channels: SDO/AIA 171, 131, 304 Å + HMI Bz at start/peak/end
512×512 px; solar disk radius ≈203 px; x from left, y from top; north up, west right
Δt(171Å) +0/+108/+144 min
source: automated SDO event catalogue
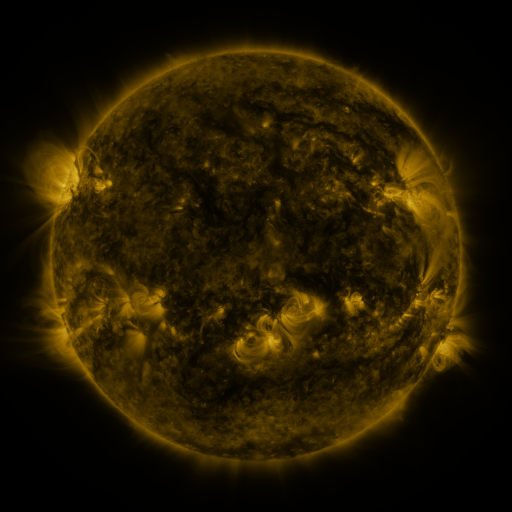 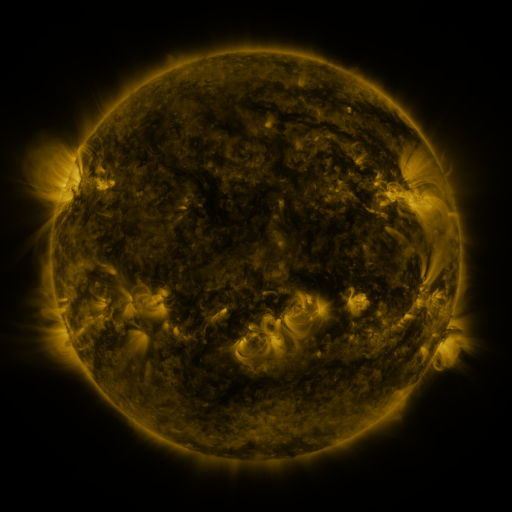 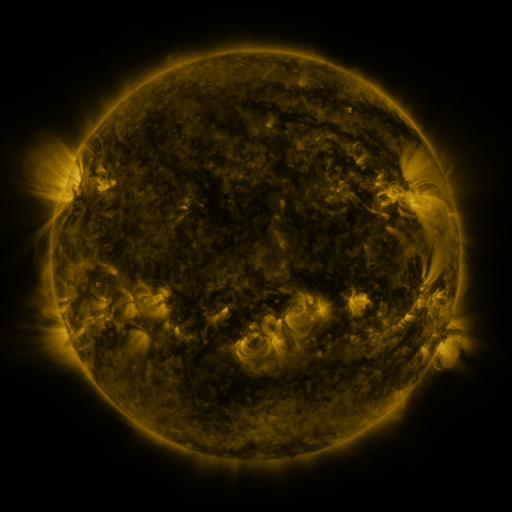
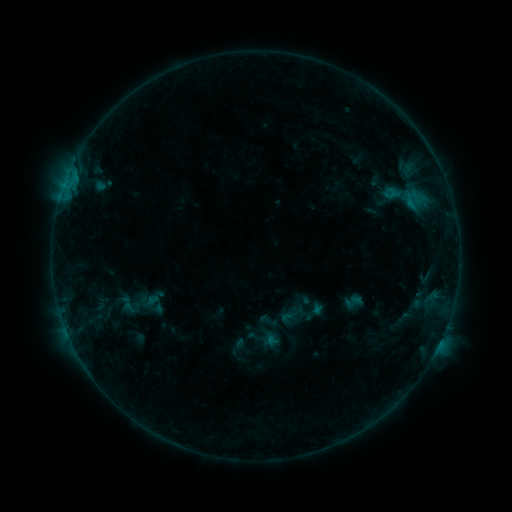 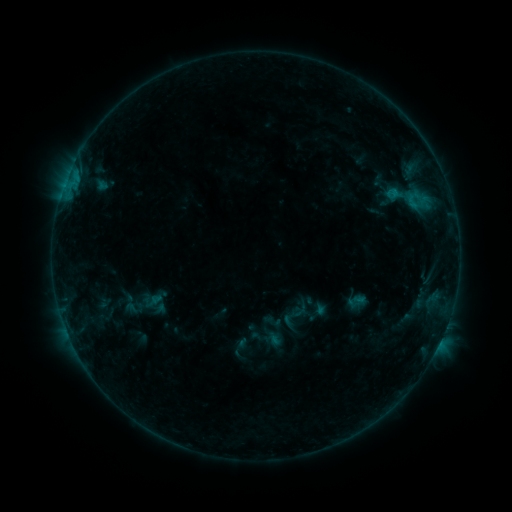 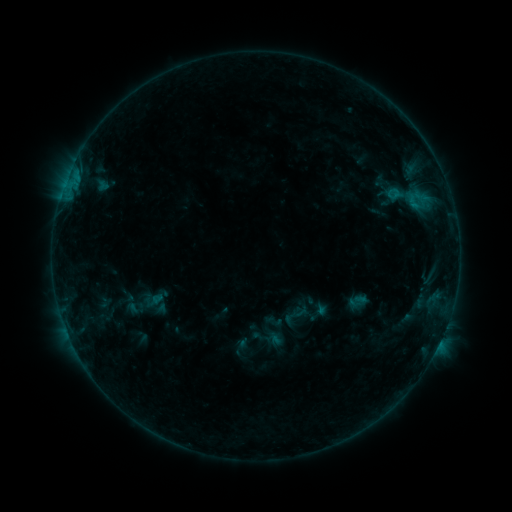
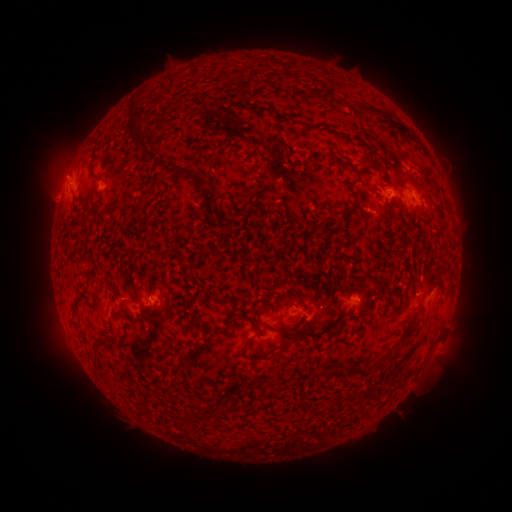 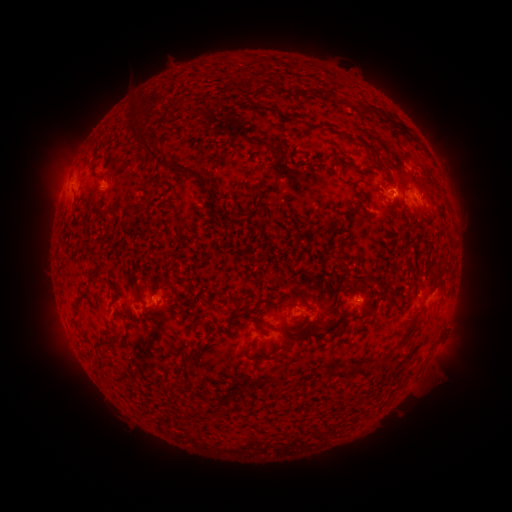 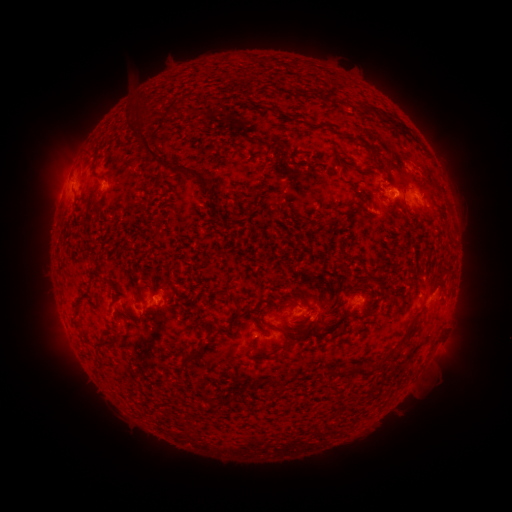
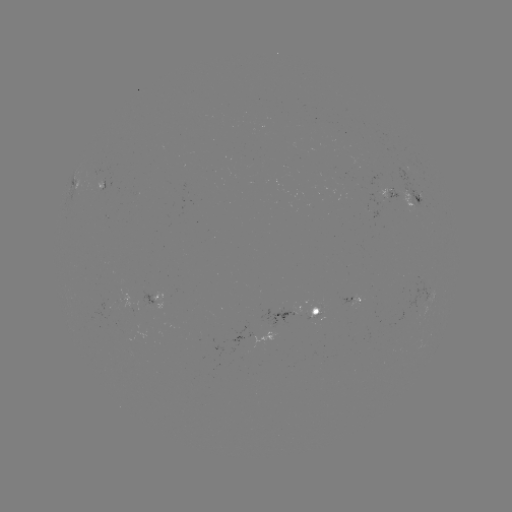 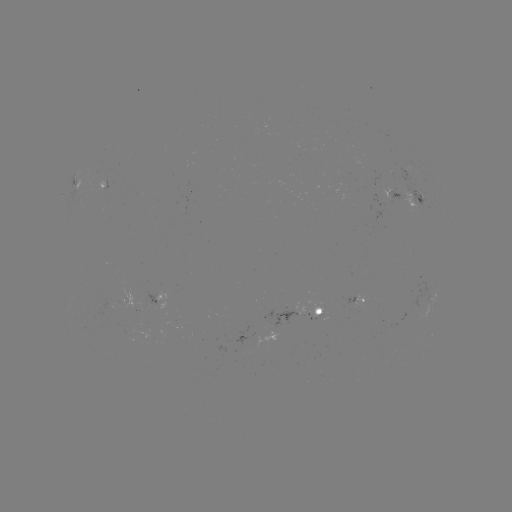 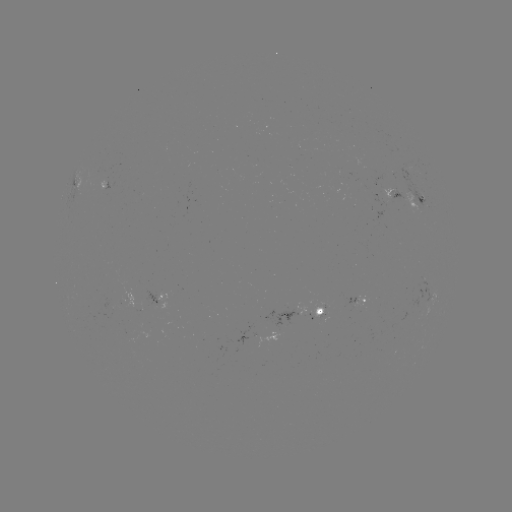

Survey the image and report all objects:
emerging-flux region: (423, 300)
